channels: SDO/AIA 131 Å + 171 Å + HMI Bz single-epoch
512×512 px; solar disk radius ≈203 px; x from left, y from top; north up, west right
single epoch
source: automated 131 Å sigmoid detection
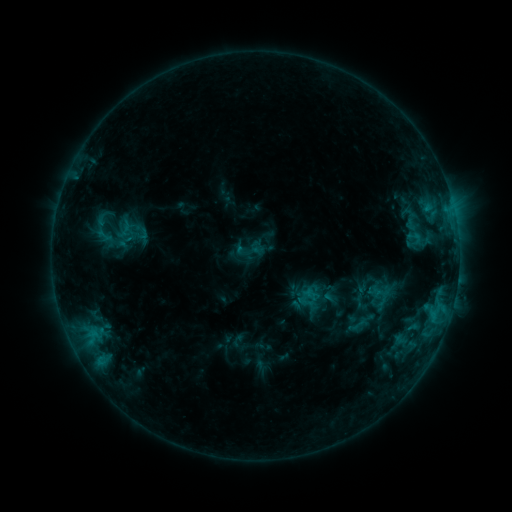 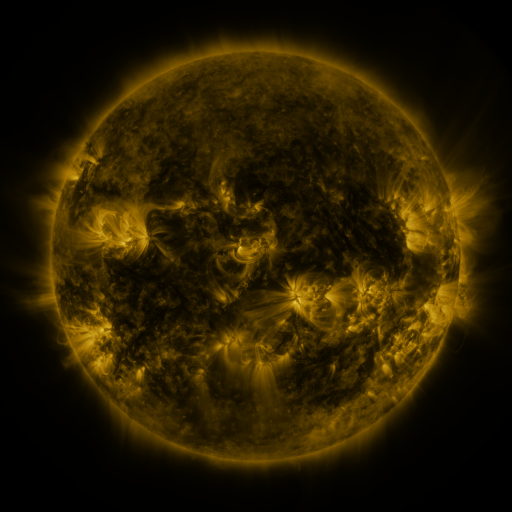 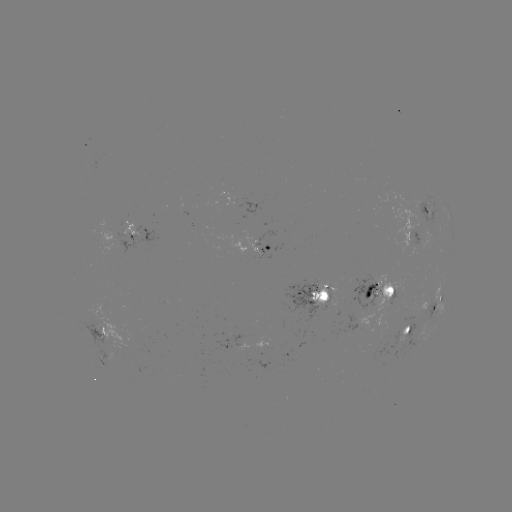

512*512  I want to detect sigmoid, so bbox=[391, 205, 428, 233].